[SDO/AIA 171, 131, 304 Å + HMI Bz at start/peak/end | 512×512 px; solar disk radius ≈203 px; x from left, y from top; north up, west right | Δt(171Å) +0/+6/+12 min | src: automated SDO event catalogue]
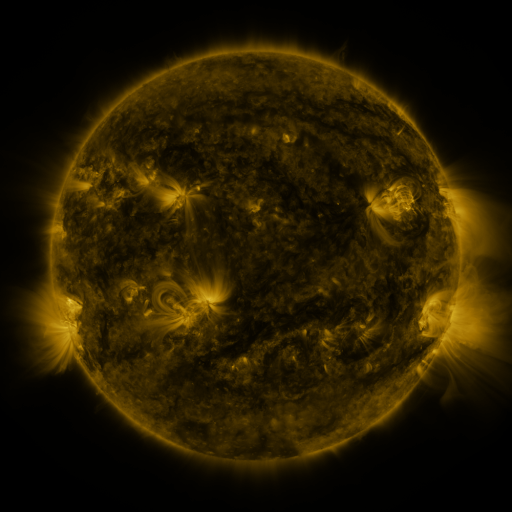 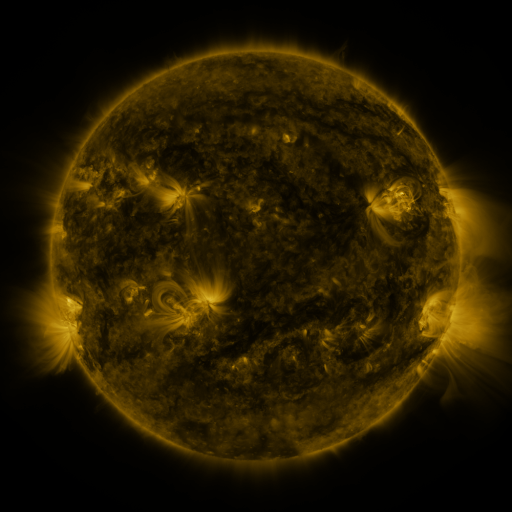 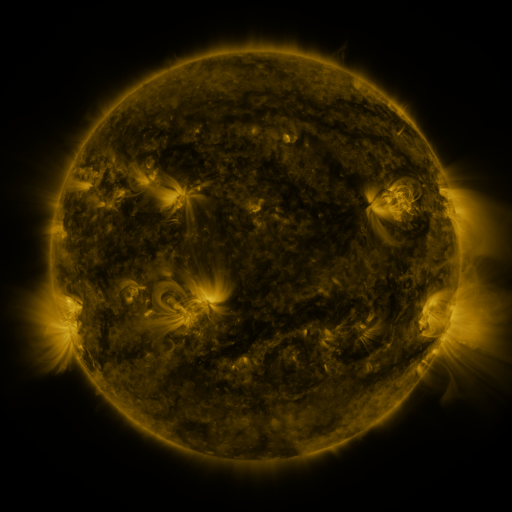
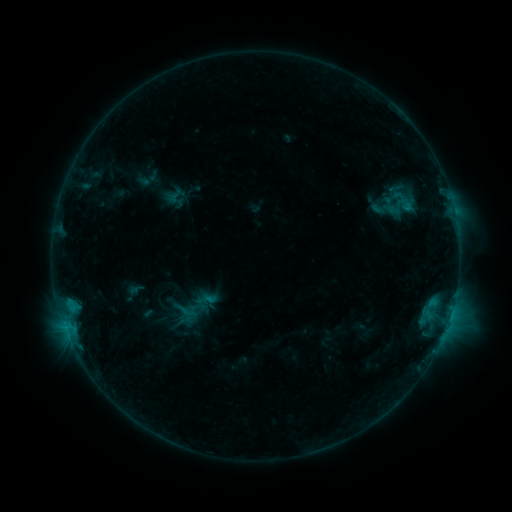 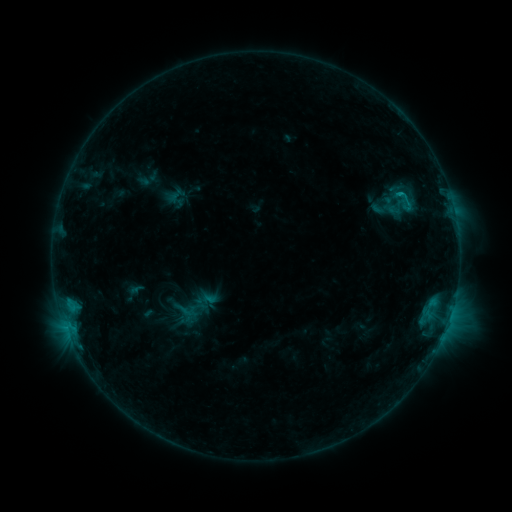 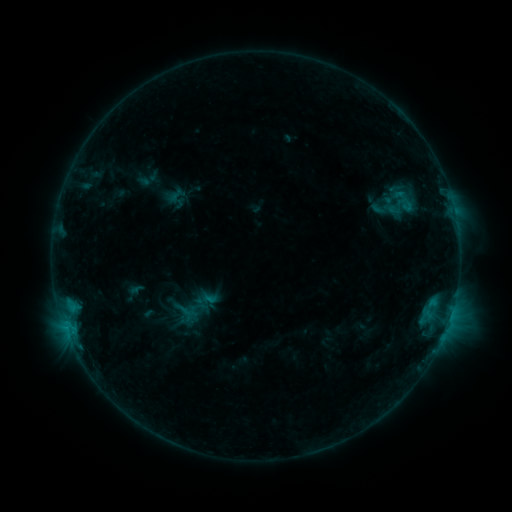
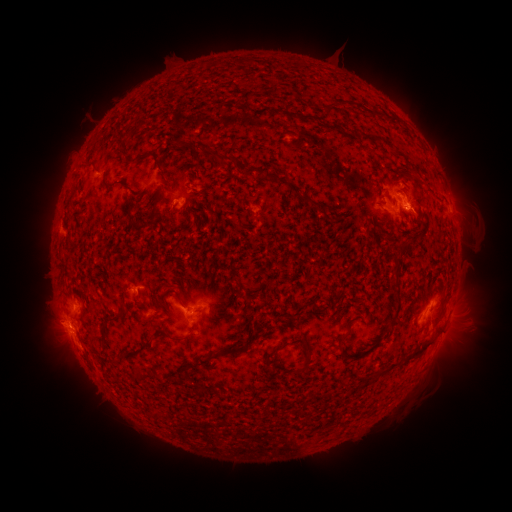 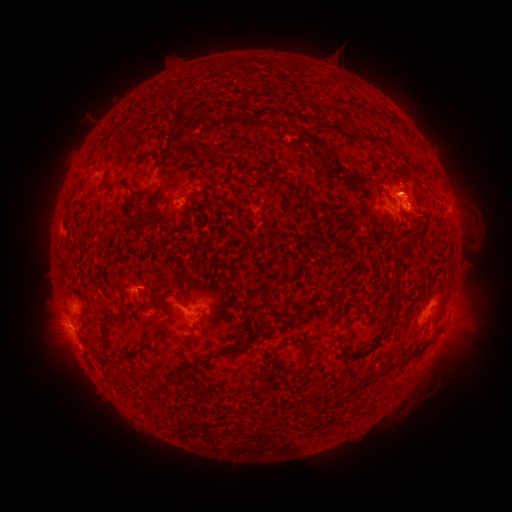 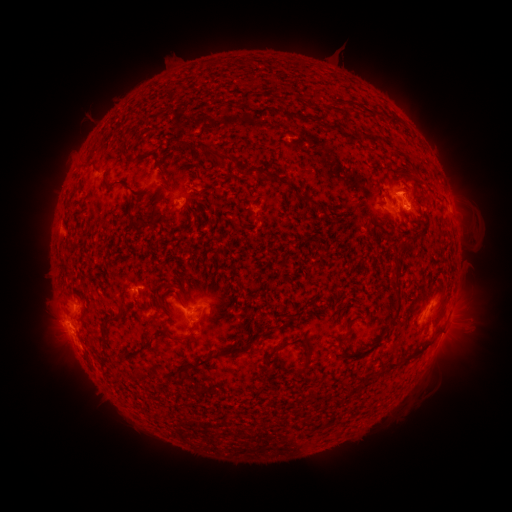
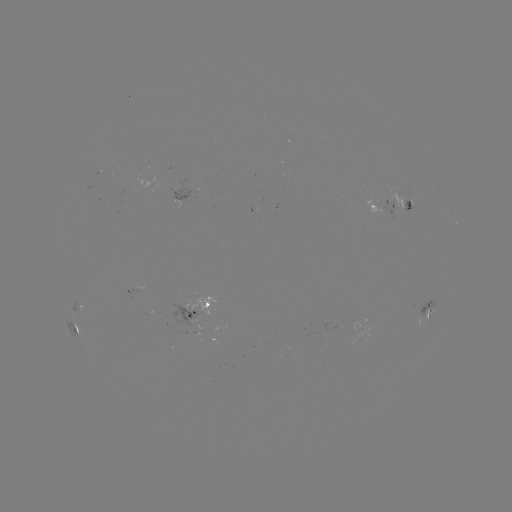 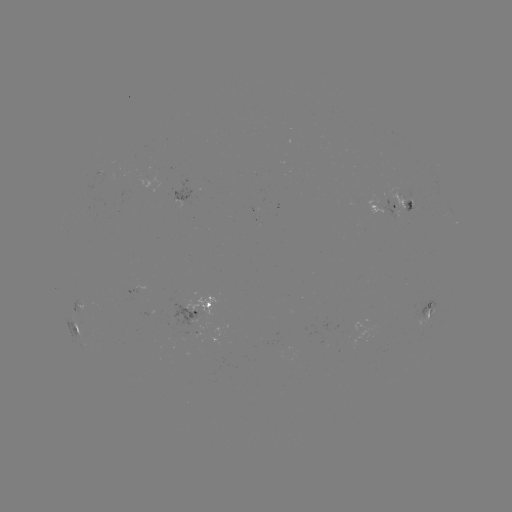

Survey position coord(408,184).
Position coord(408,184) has eruption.